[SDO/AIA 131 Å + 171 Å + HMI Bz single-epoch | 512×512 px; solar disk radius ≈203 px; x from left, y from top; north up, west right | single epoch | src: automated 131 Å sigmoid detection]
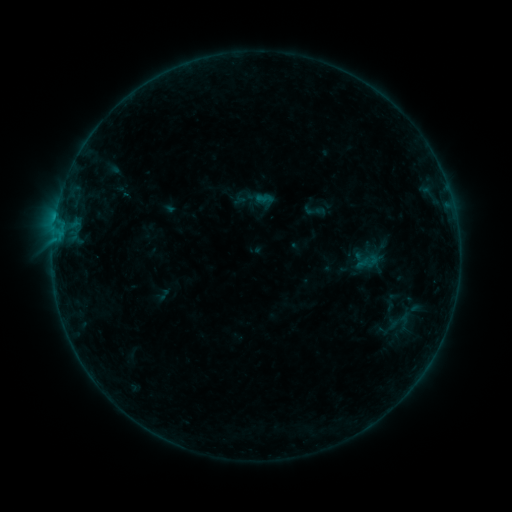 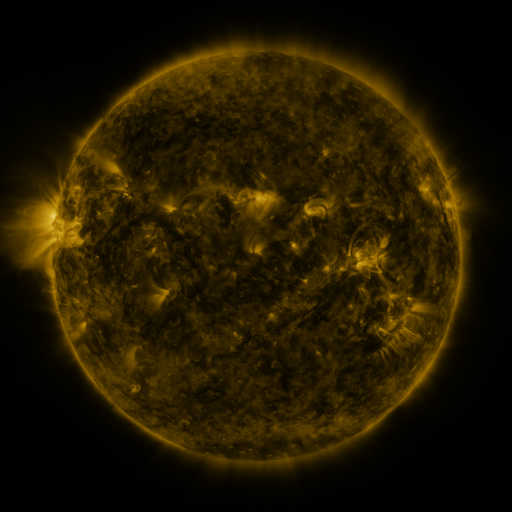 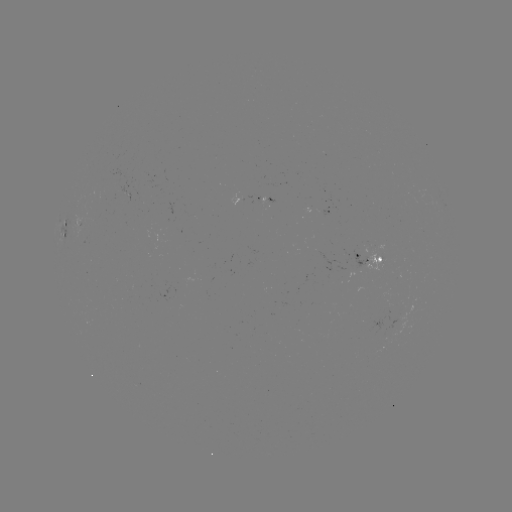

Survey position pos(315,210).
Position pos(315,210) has sigmoid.